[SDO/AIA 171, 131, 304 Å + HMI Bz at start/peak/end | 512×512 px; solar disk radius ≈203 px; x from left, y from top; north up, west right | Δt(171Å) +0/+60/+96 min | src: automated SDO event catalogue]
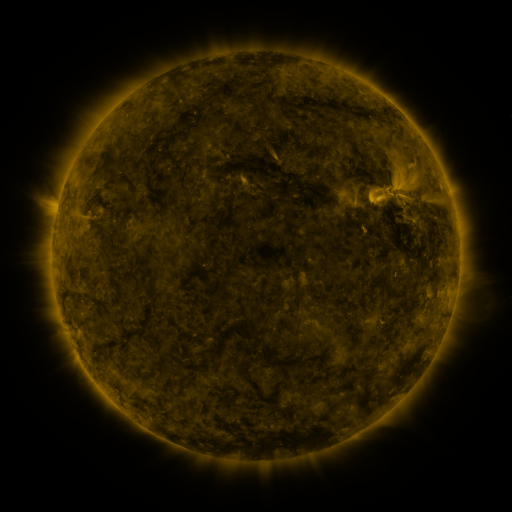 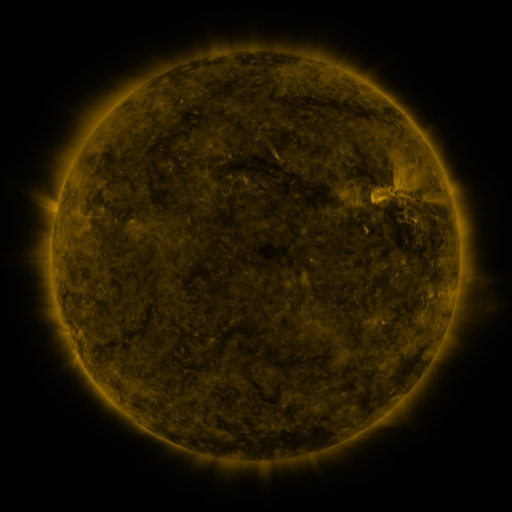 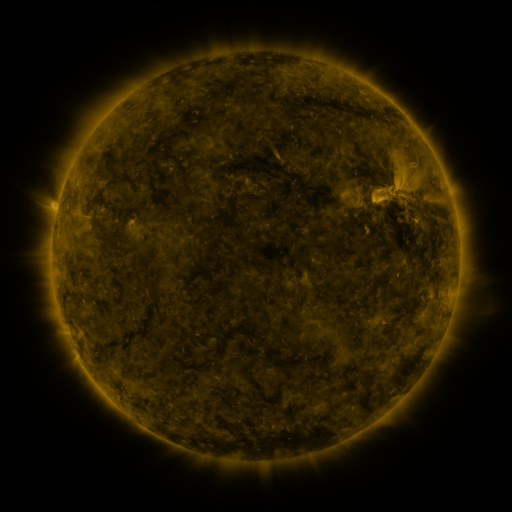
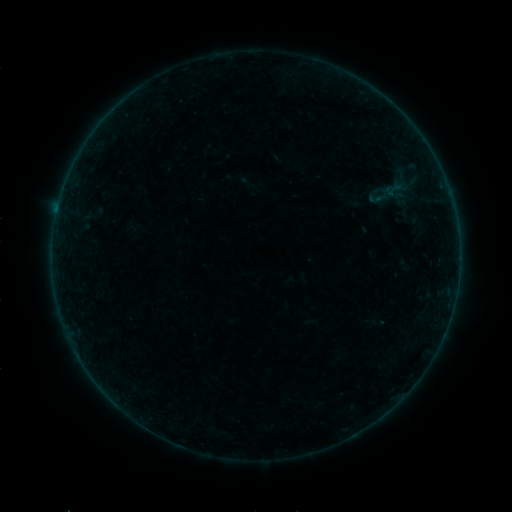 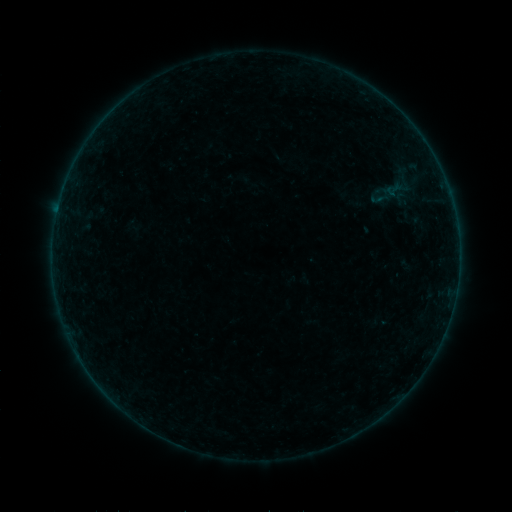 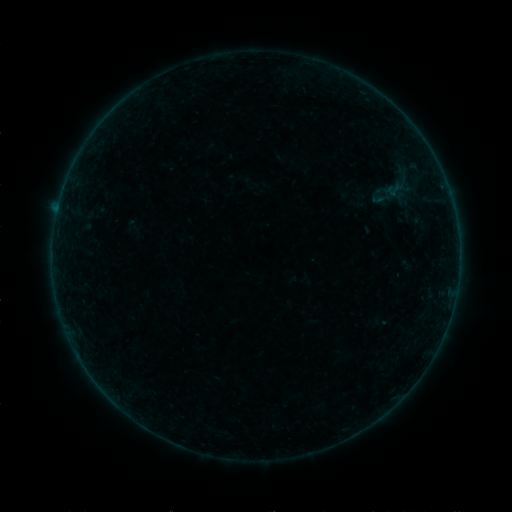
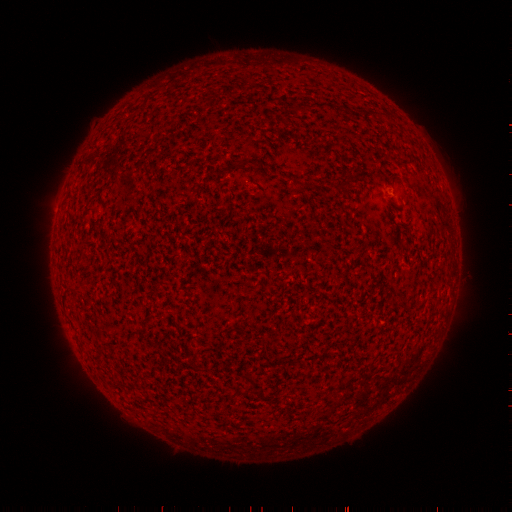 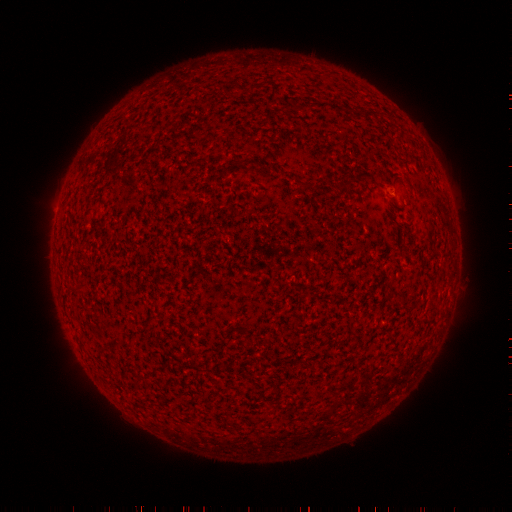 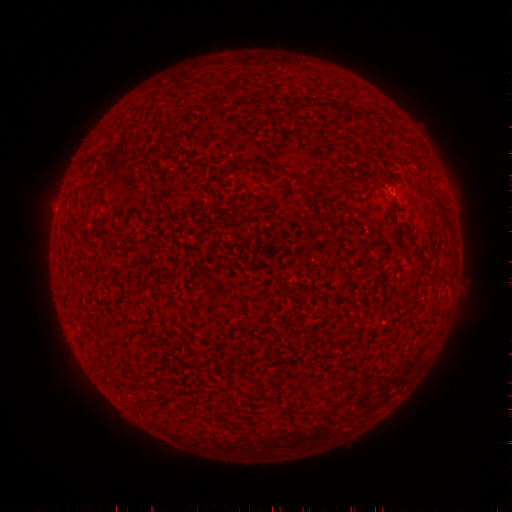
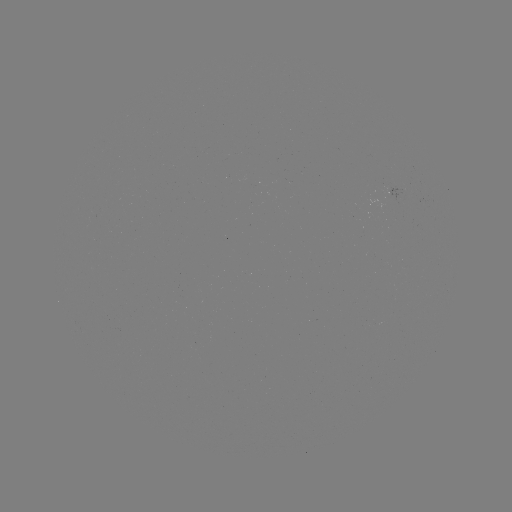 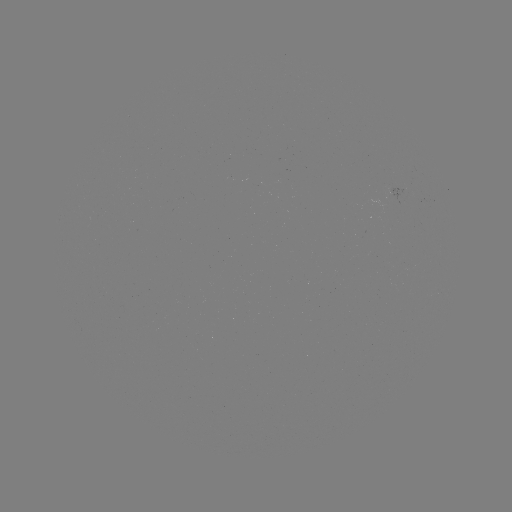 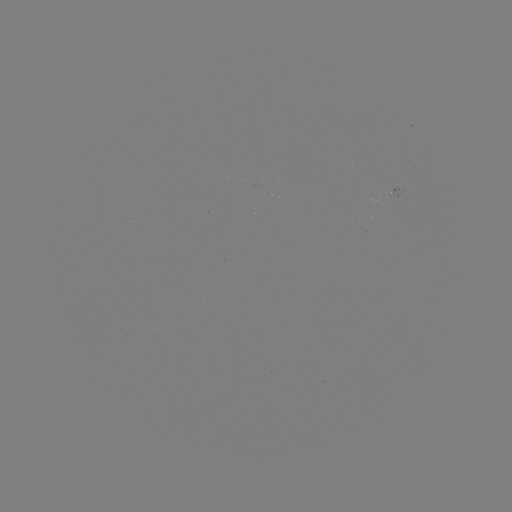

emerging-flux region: [383, 186, 404, 199]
